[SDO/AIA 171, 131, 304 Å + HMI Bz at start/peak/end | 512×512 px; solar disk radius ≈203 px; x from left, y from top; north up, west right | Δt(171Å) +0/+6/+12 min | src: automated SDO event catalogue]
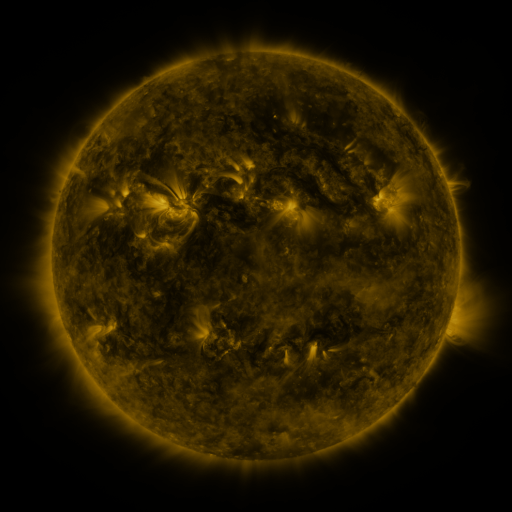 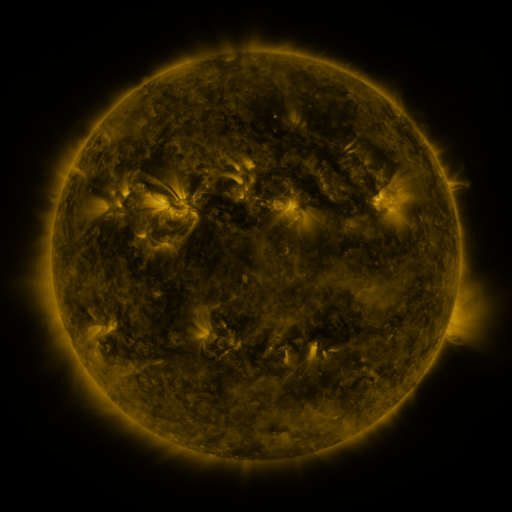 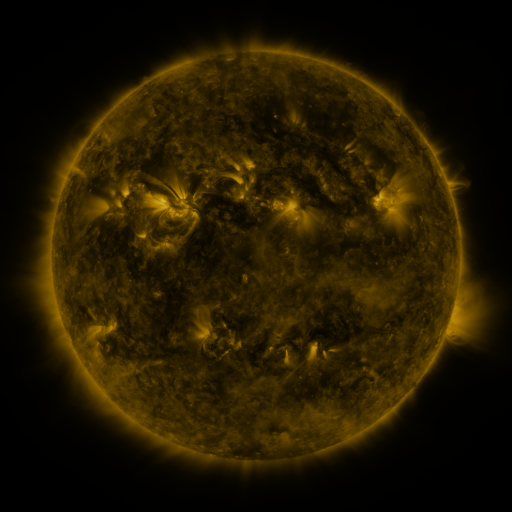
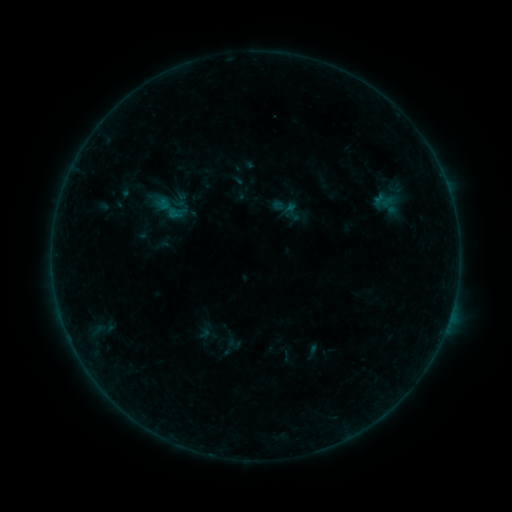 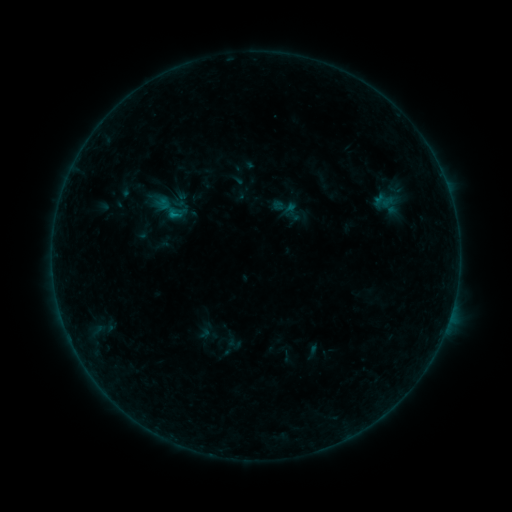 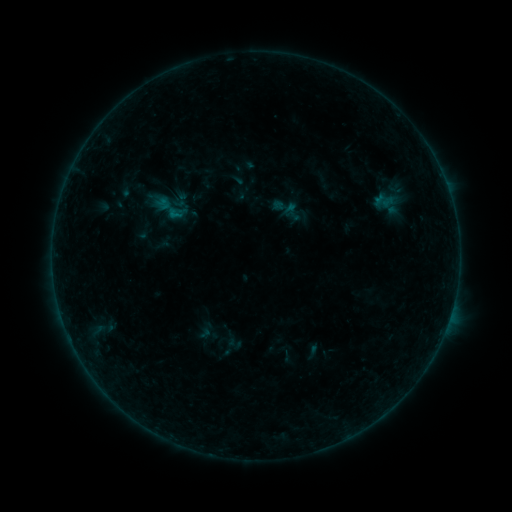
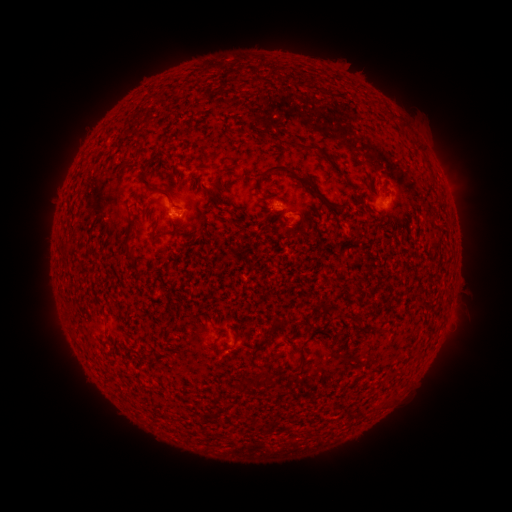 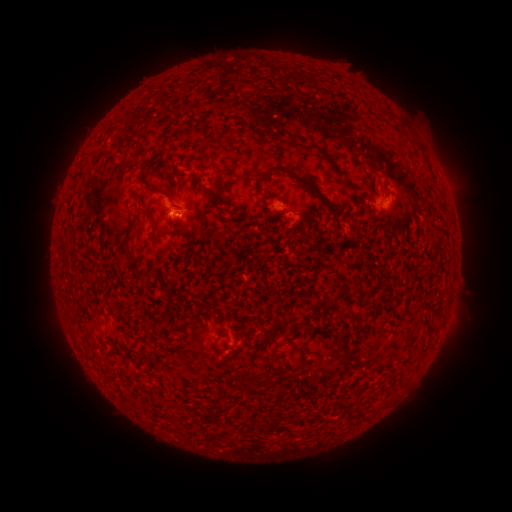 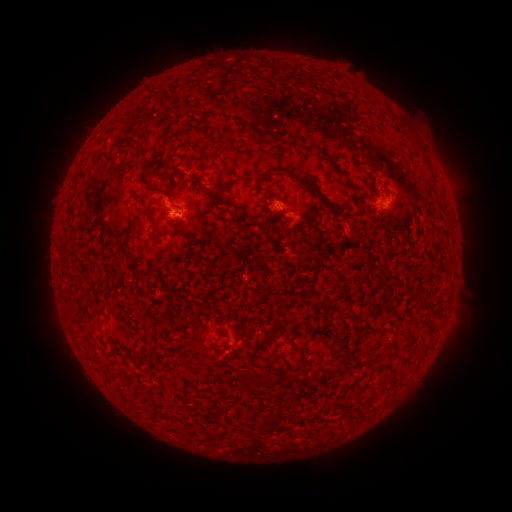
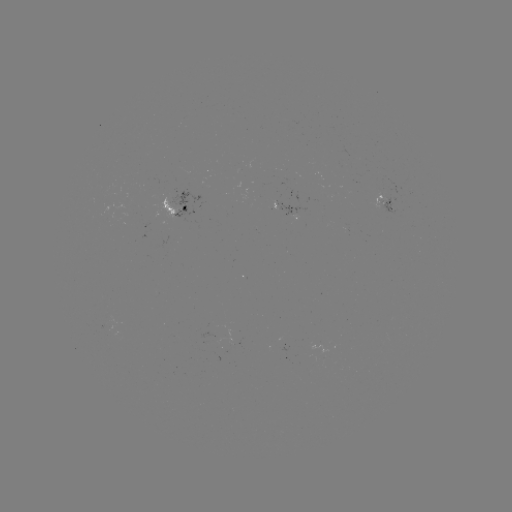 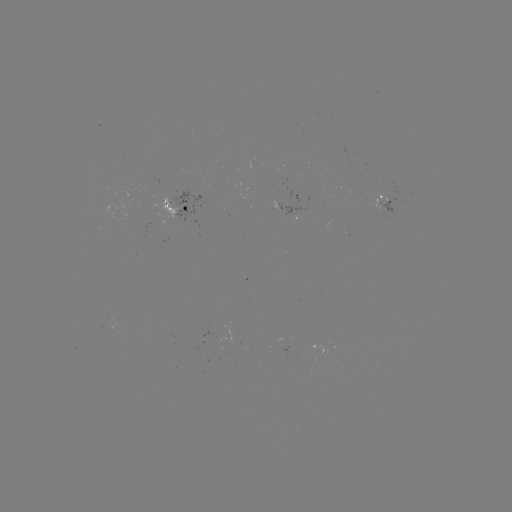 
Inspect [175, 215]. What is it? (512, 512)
B2.4 flare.